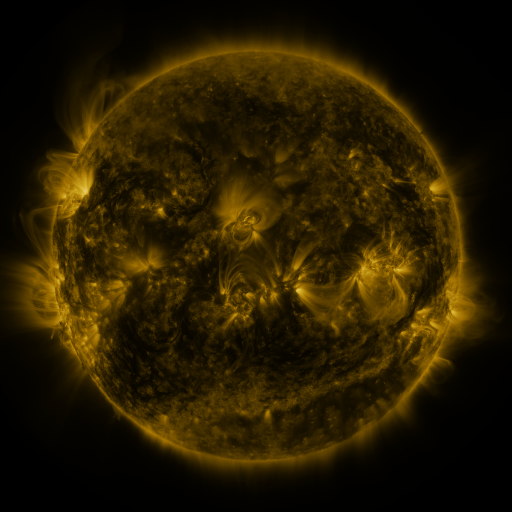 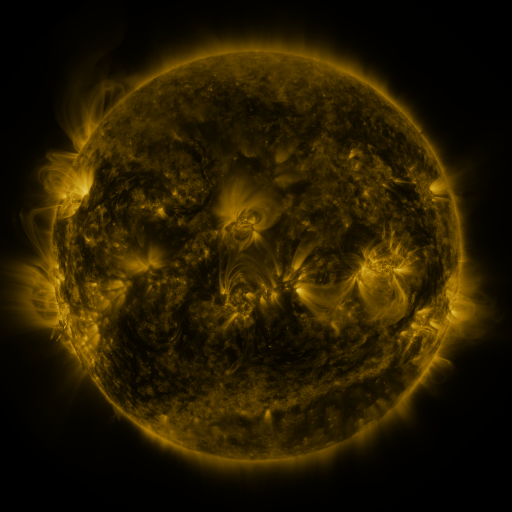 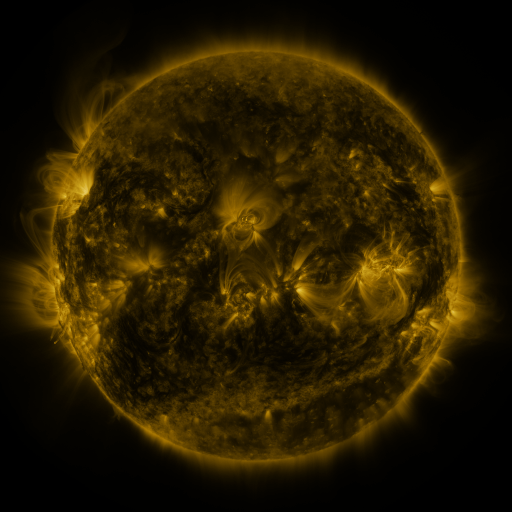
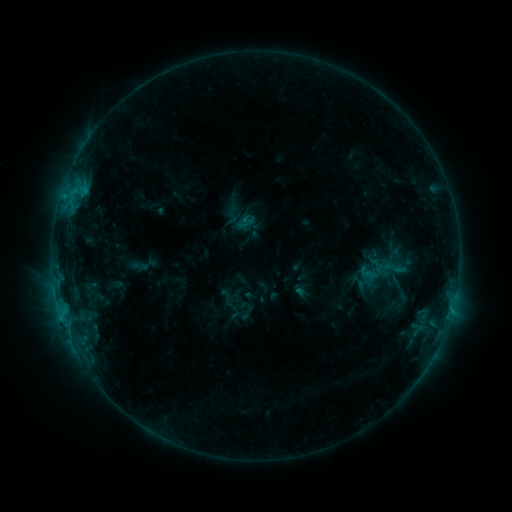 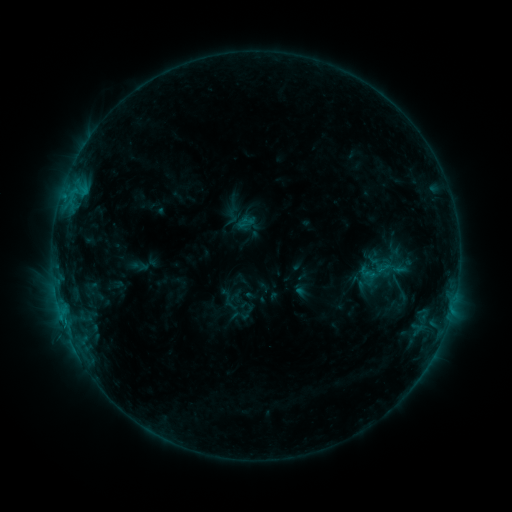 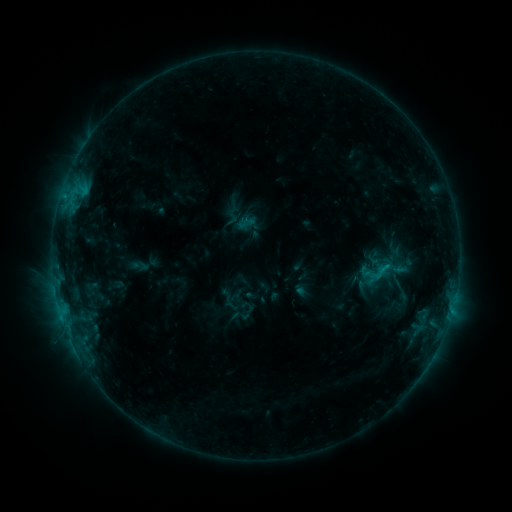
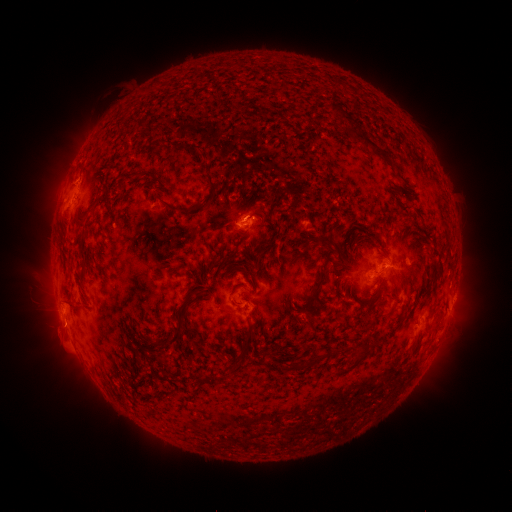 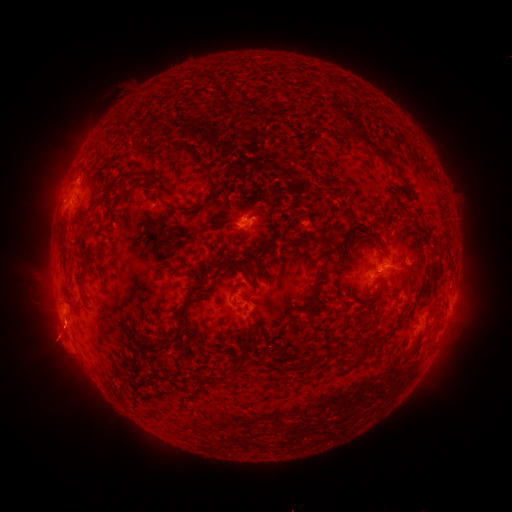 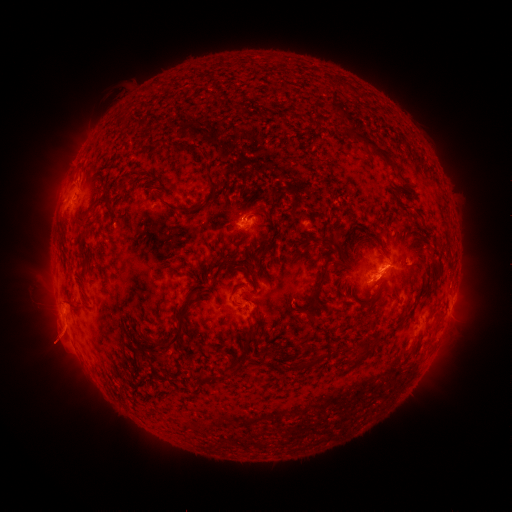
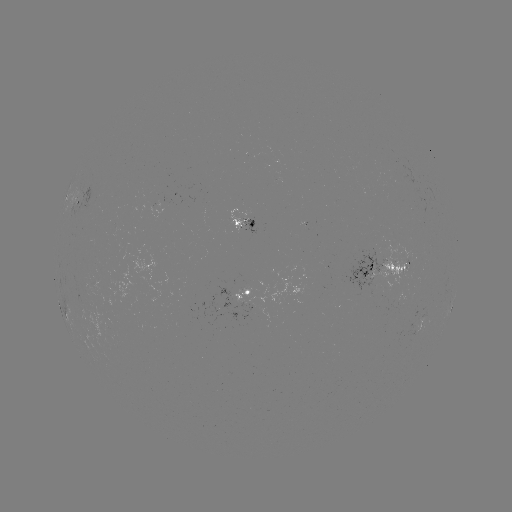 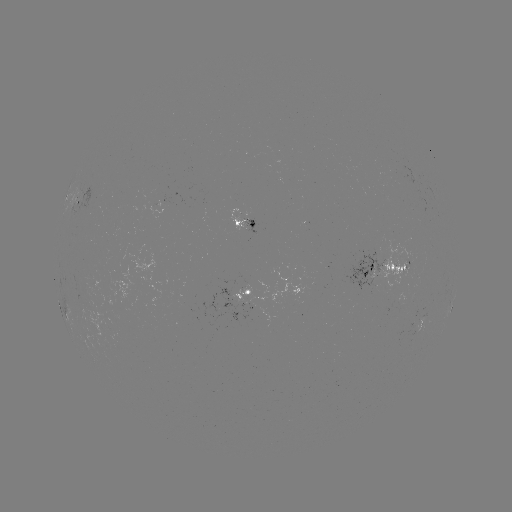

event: eruption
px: (60, 339)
